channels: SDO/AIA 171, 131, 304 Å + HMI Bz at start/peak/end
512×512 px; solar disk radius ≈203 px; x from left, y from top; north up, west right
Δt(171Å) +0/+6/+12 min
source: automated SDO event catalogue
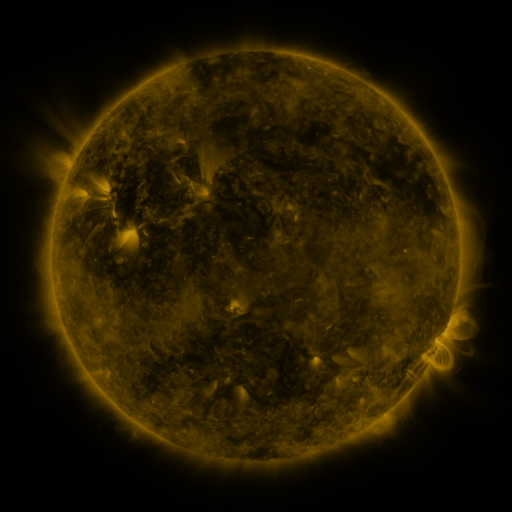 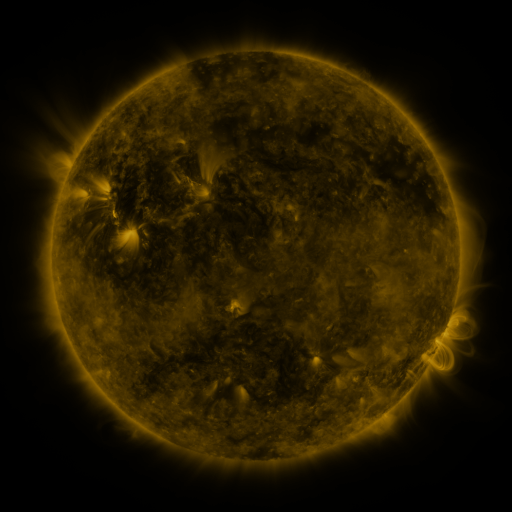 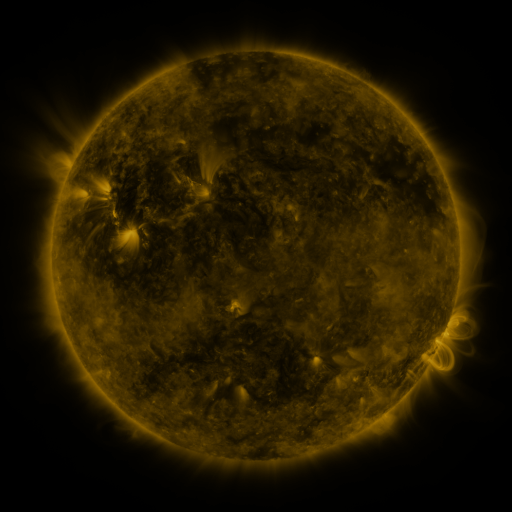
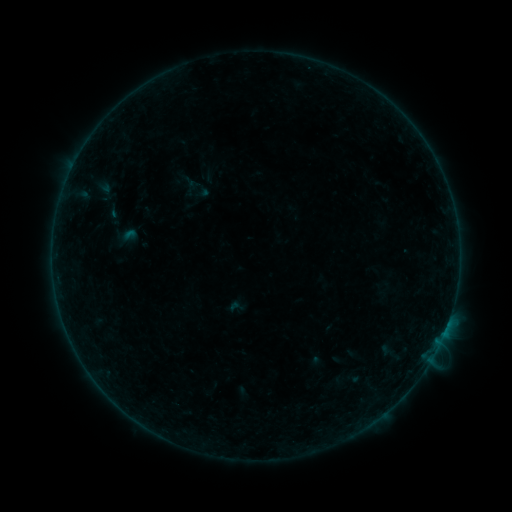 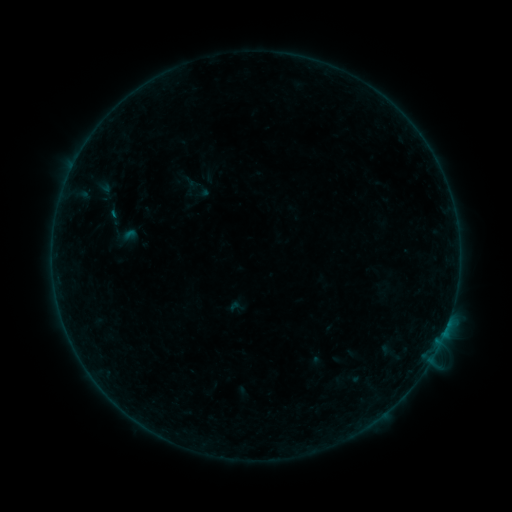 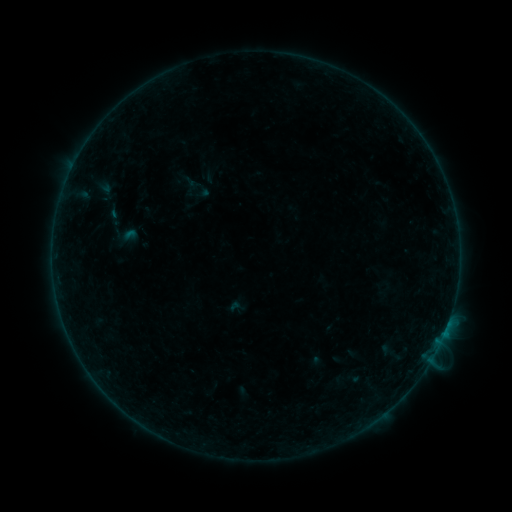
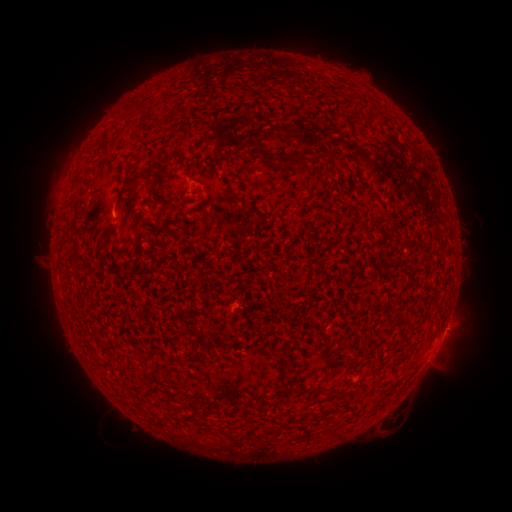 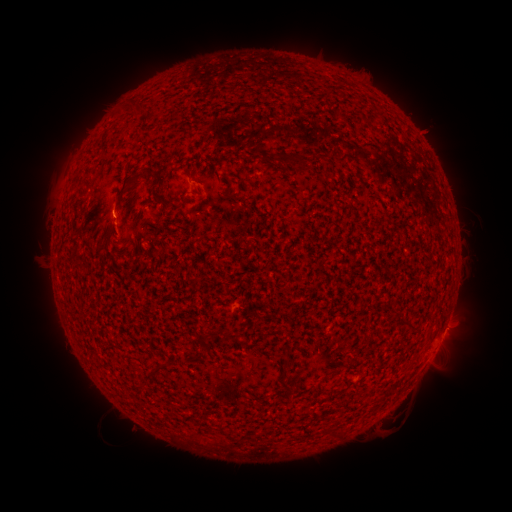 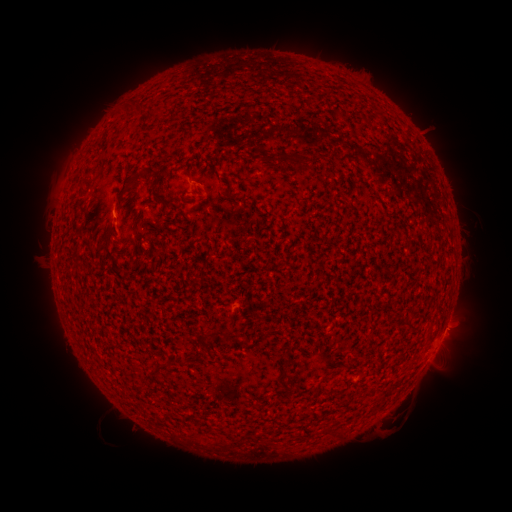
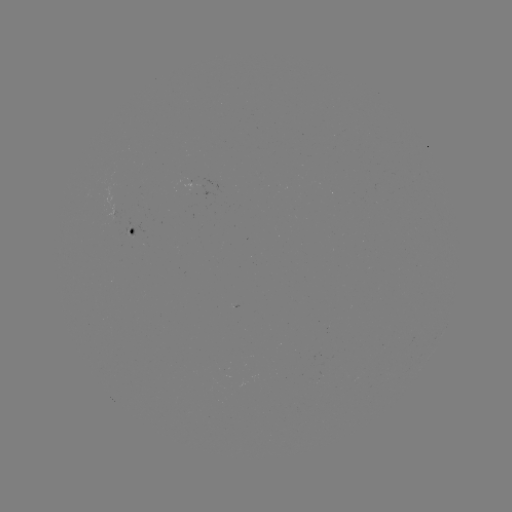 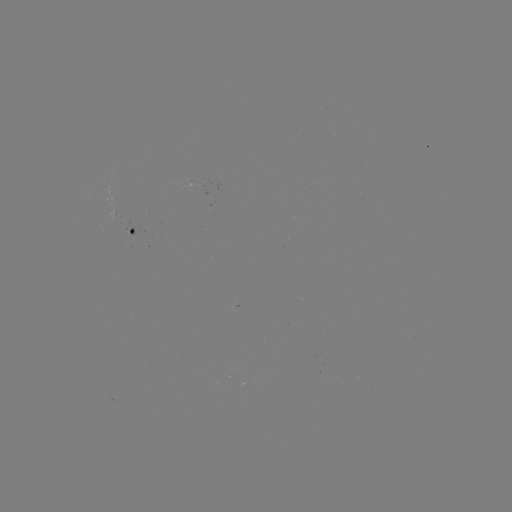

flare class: B1.9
